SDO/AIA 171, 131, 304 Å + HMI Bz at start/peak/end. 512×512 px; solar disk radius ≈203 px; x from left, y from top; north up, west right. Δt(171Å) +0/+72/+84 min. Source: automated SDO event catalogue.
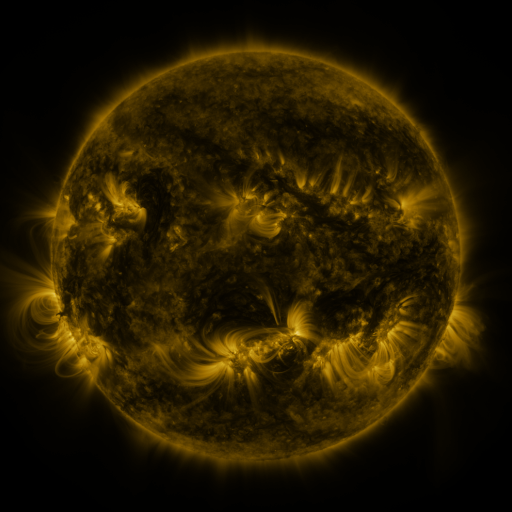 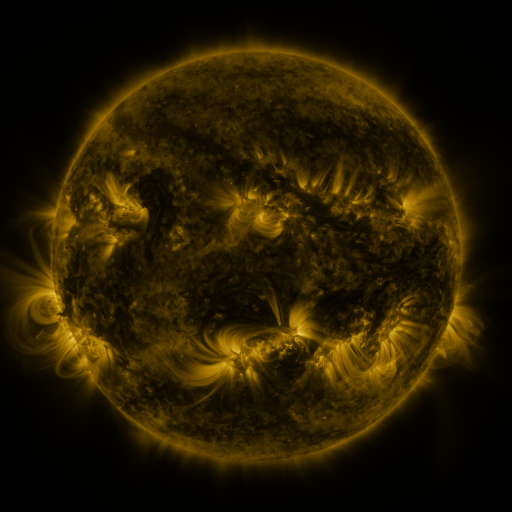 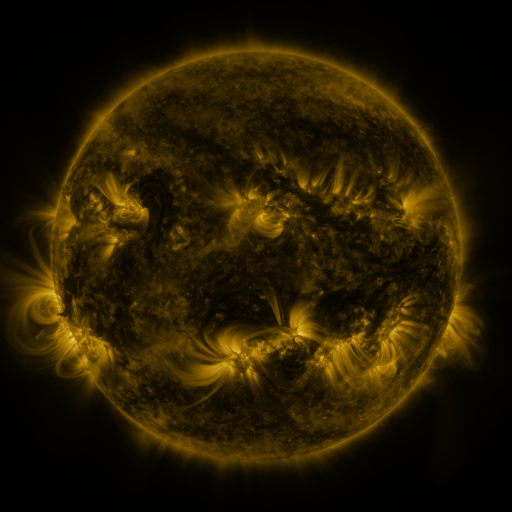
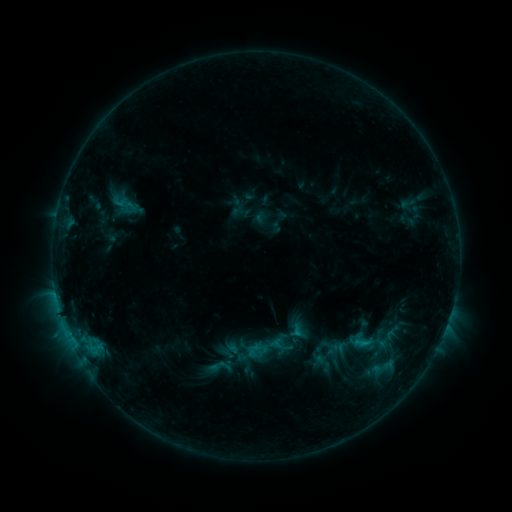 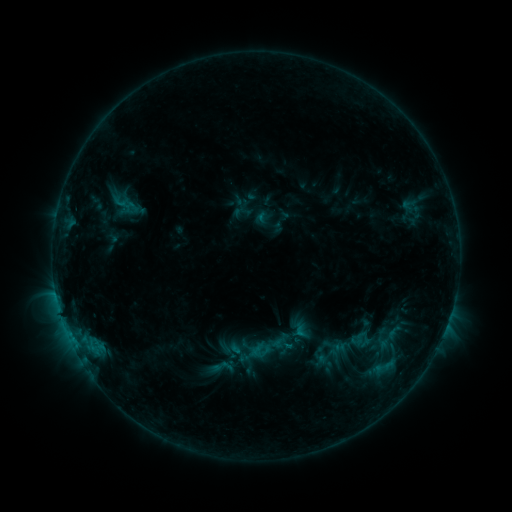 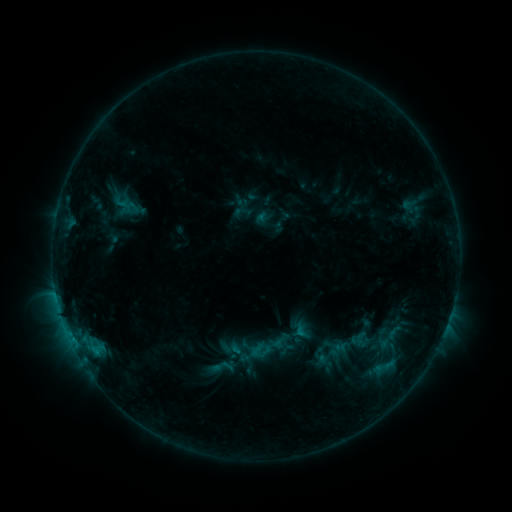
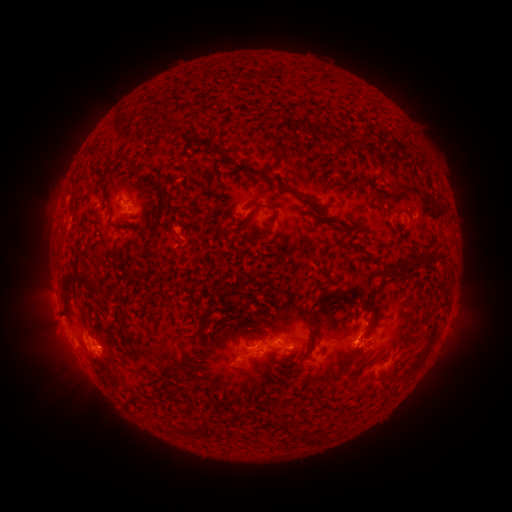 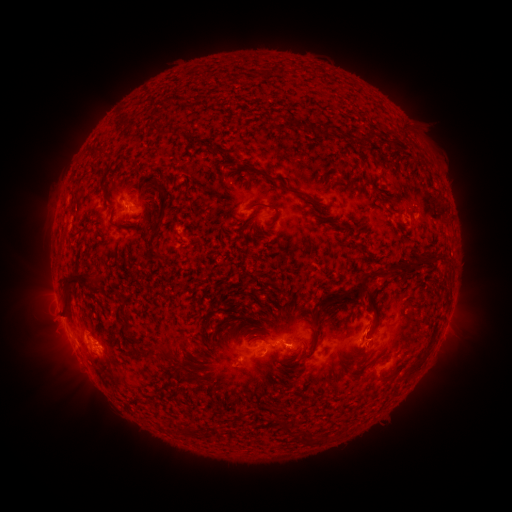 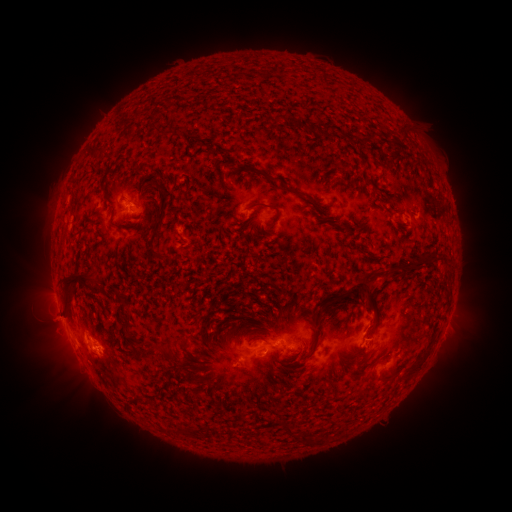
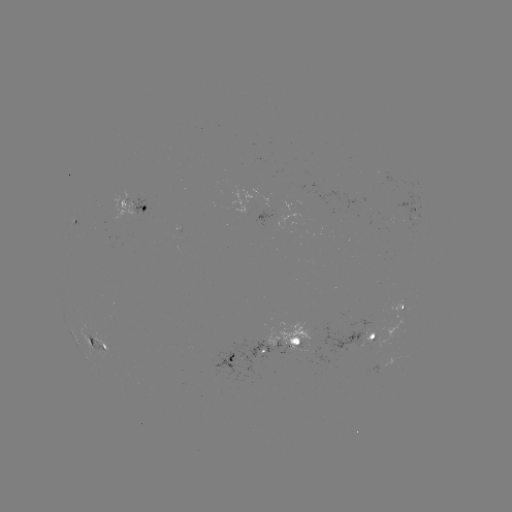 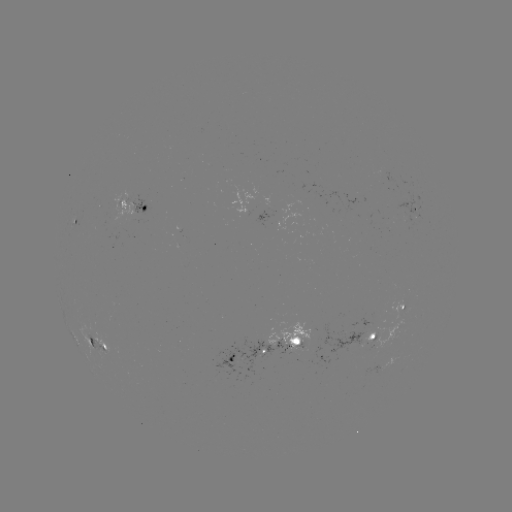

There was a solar emerging-flux region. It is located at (216, 375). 